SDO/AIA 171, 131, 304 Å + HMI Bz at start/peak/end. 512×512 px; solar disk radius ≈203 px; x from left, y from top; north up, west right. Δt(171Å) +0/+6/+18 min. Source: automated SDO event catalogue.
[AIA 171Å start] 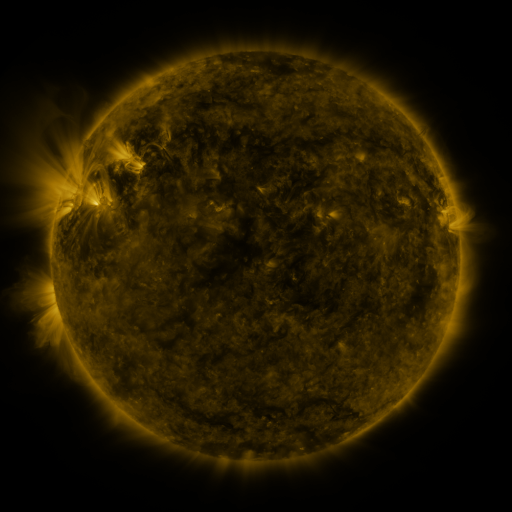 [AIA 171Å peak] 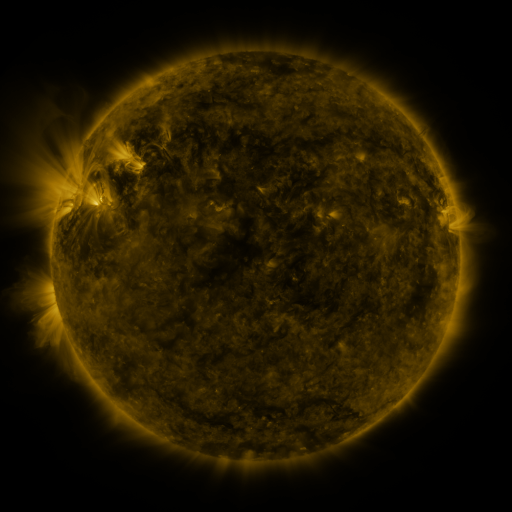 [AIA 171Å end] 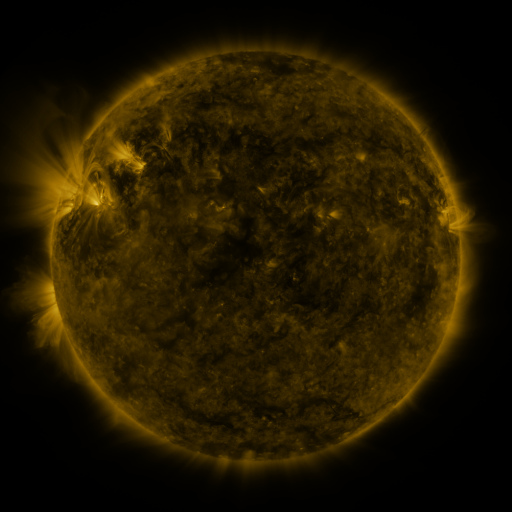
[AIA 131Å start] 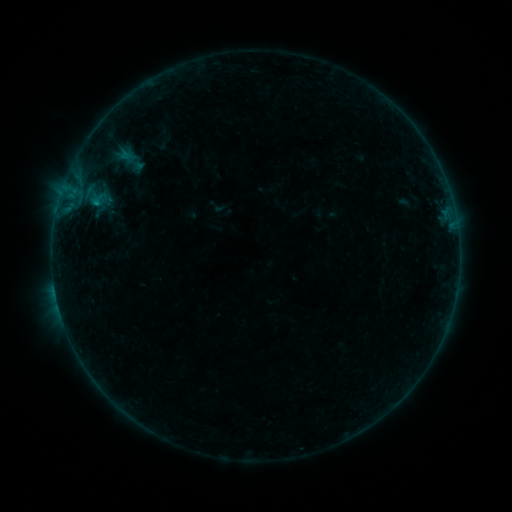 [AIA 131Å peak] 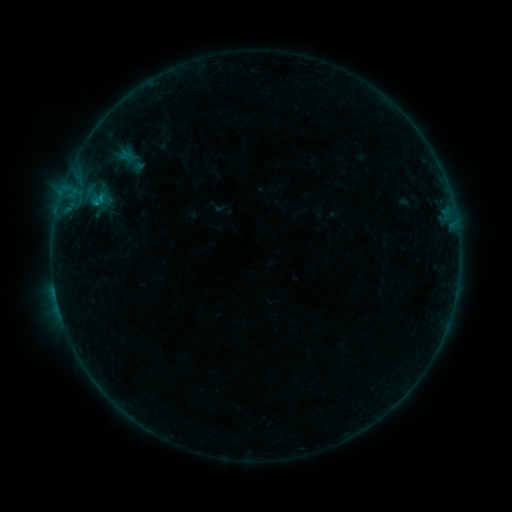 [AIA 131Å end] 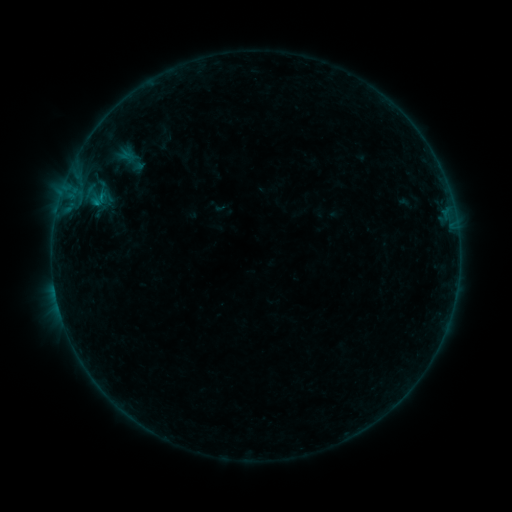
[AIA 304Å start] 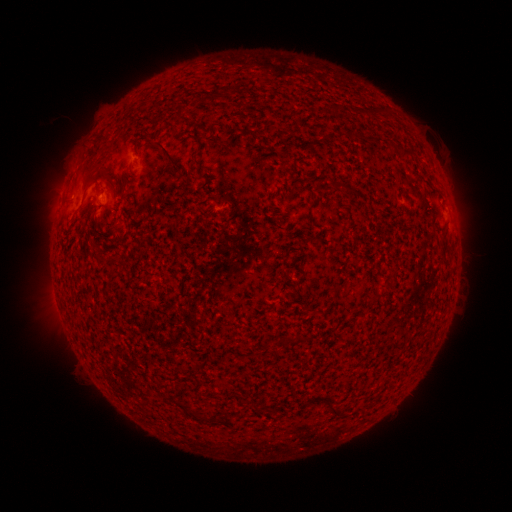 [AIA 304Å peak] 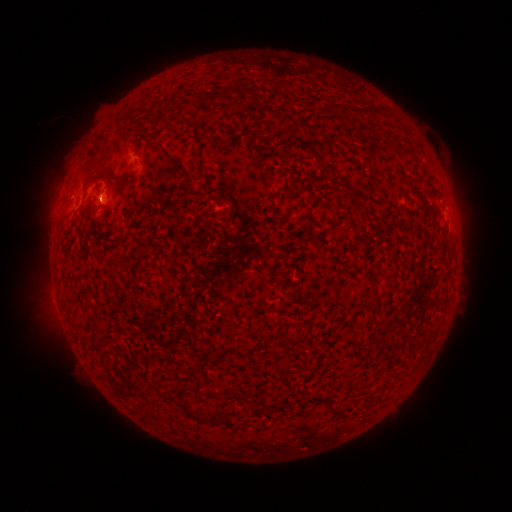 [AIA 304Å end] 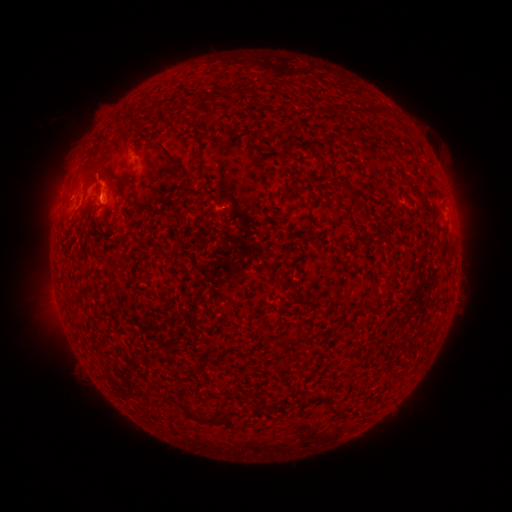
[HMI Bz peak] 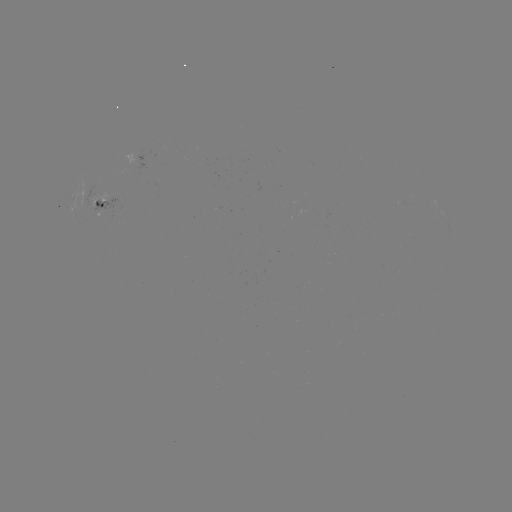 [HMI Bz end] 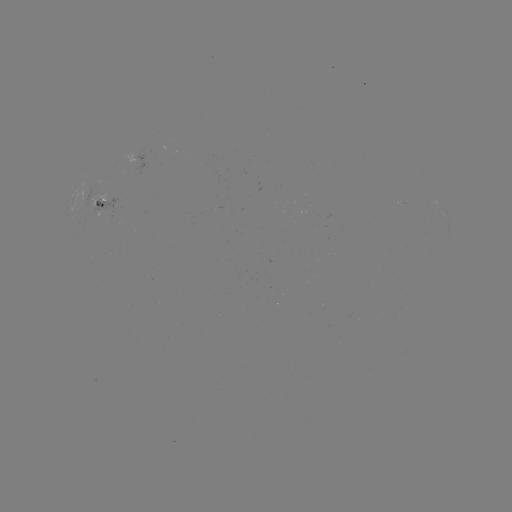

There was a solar flare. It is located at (101, 199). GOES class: B2.6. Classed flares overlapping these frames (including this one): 1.